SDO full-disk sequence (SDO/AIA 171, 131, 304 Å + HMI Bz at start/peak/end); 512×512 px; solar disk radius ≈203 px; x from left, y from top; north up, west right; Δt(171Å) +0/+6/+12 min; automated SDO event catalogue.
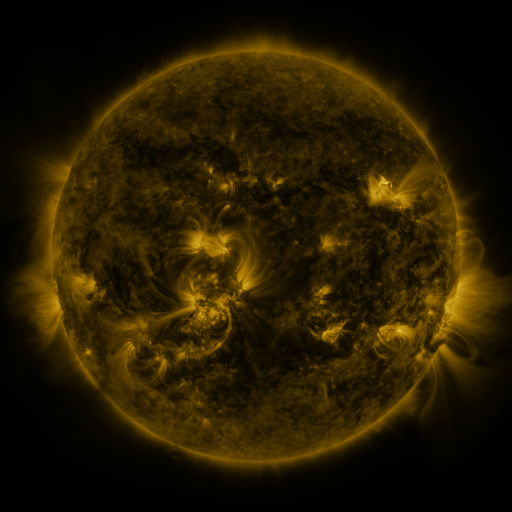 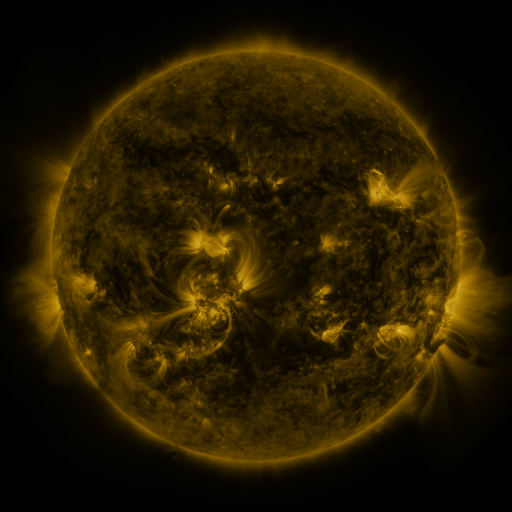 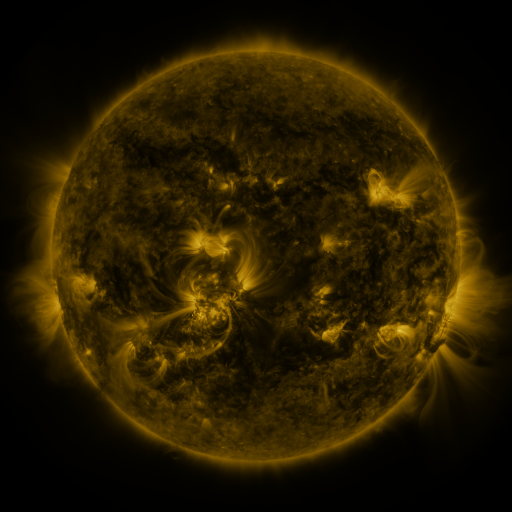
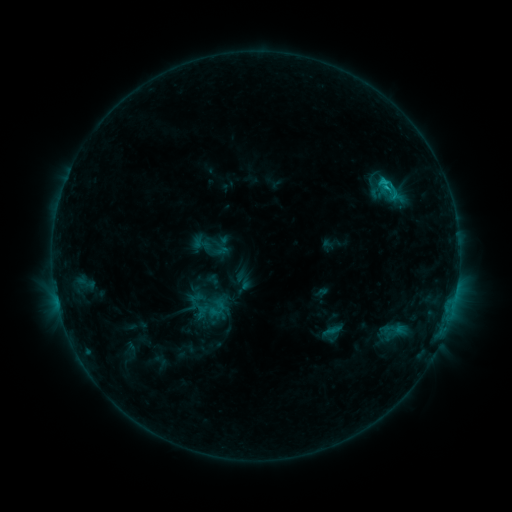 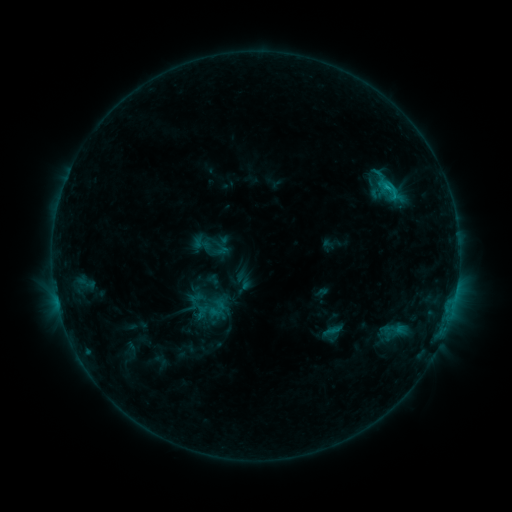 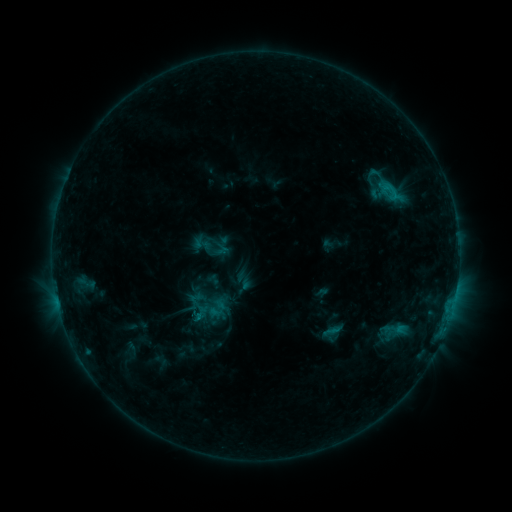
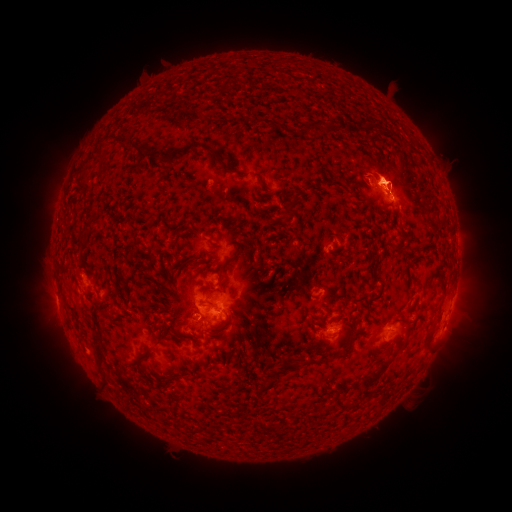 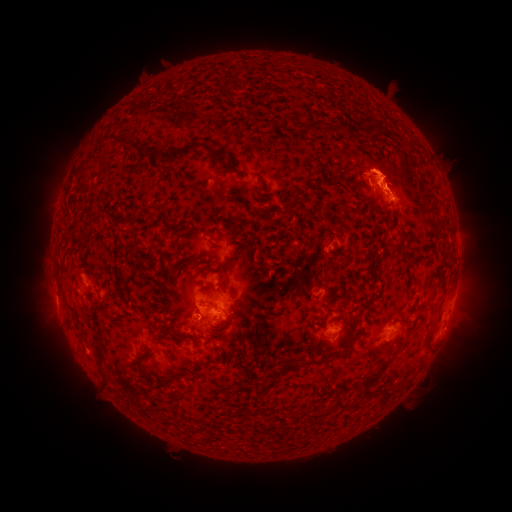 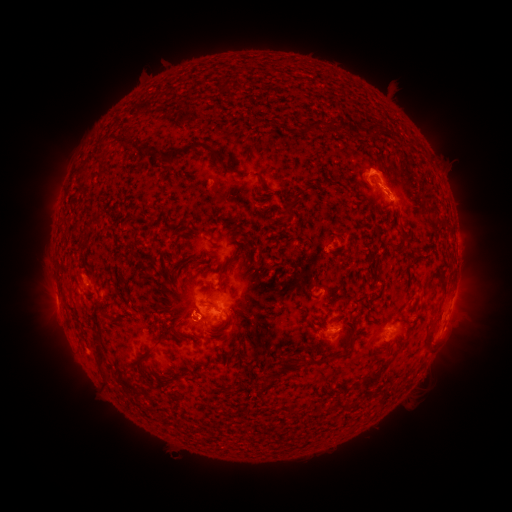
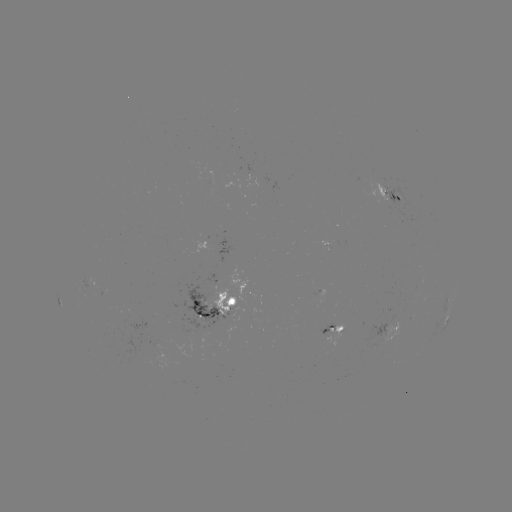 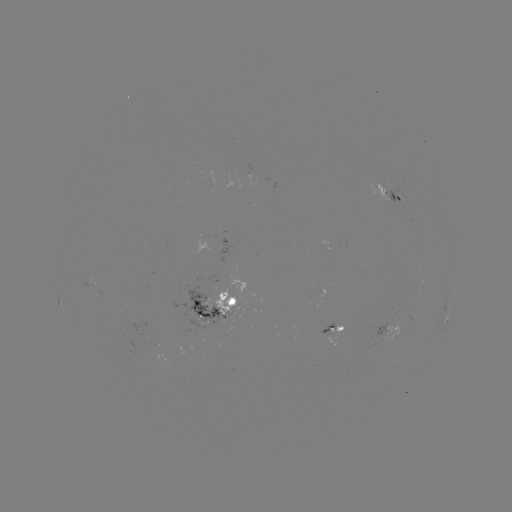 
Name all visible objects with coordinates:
eruption: (377, 206)
